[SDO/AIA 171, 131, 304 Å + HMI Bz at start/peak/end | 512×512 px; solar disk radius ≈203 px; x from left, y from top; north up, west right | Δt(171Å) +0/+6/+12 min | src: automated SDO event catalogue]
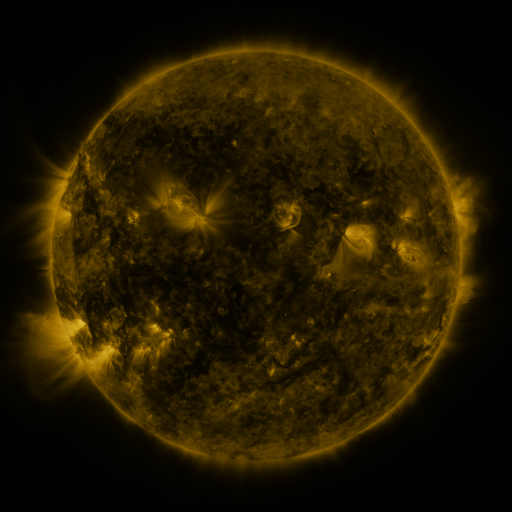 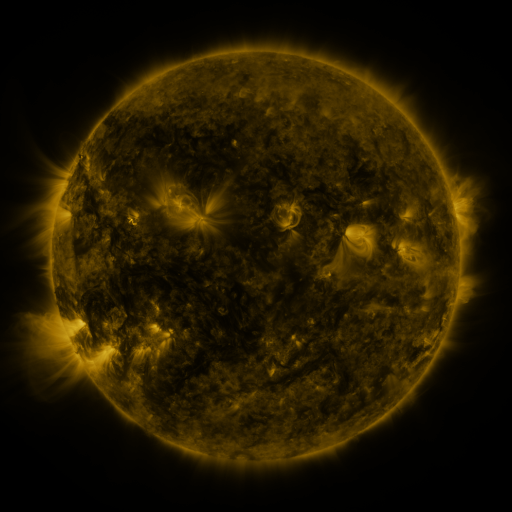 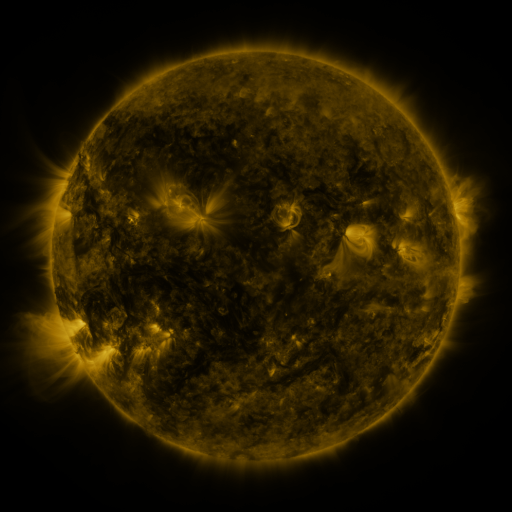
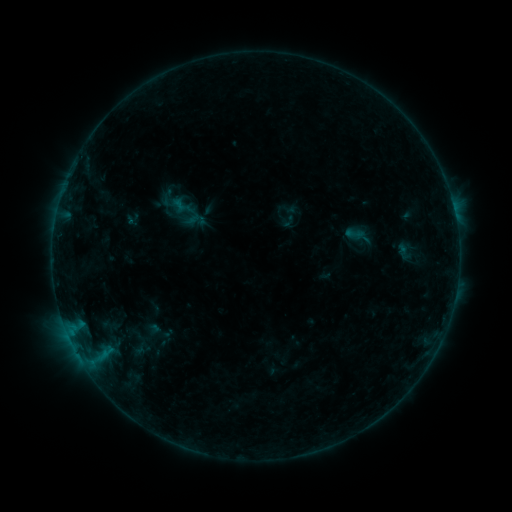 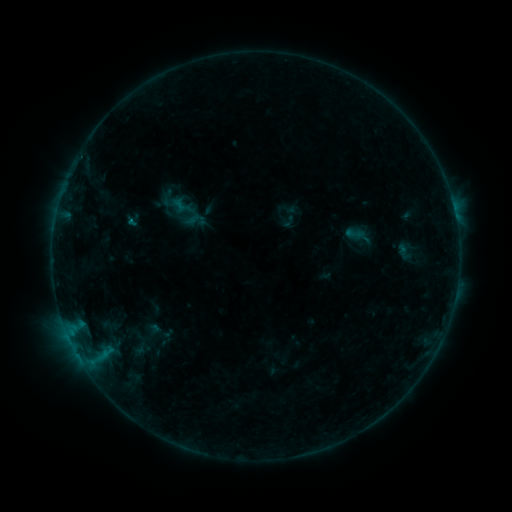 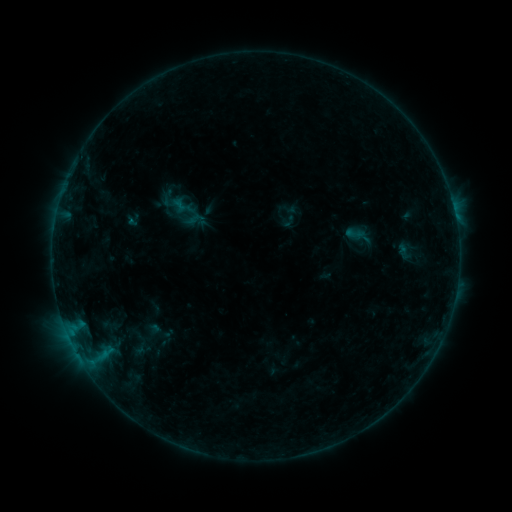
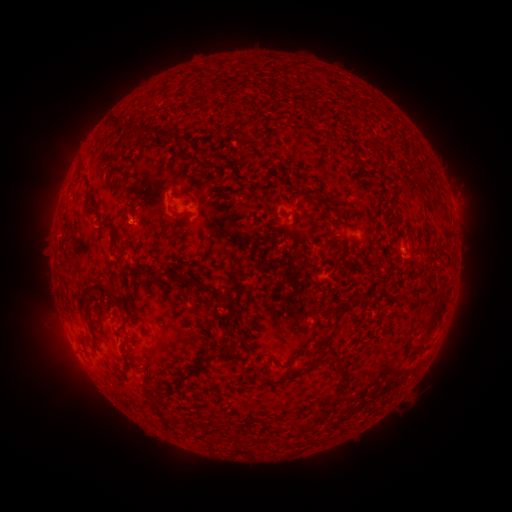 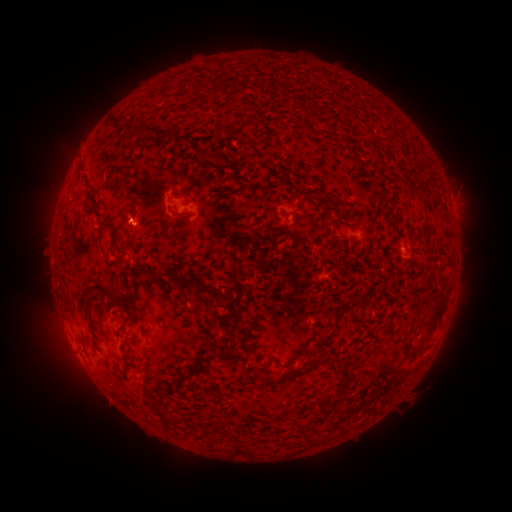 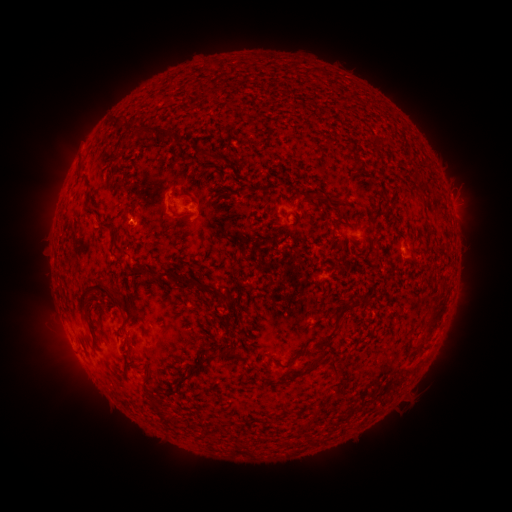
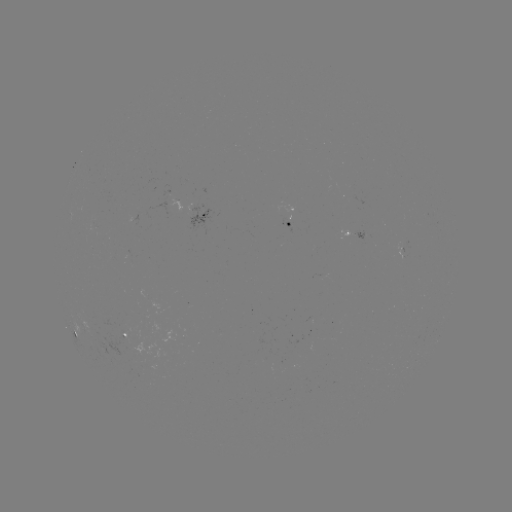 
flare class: B2.4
